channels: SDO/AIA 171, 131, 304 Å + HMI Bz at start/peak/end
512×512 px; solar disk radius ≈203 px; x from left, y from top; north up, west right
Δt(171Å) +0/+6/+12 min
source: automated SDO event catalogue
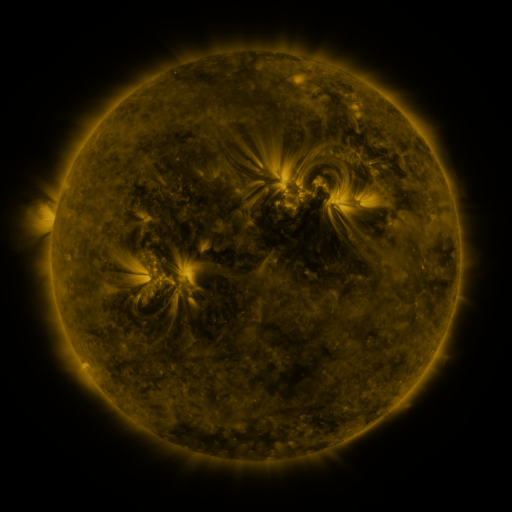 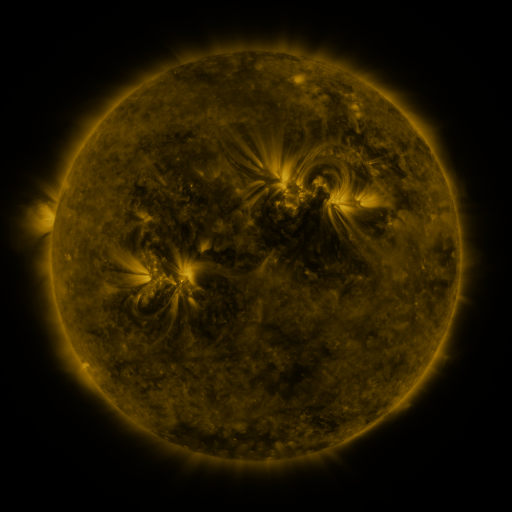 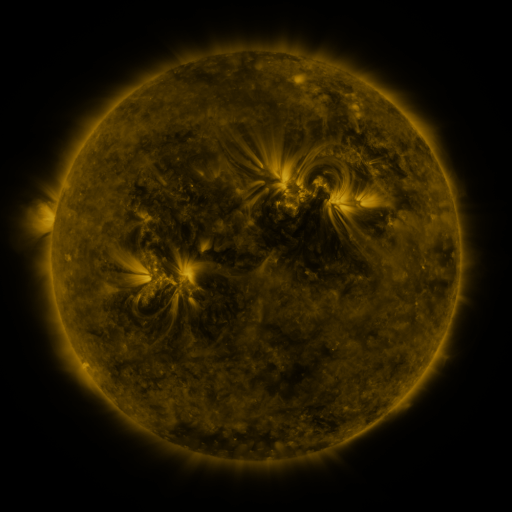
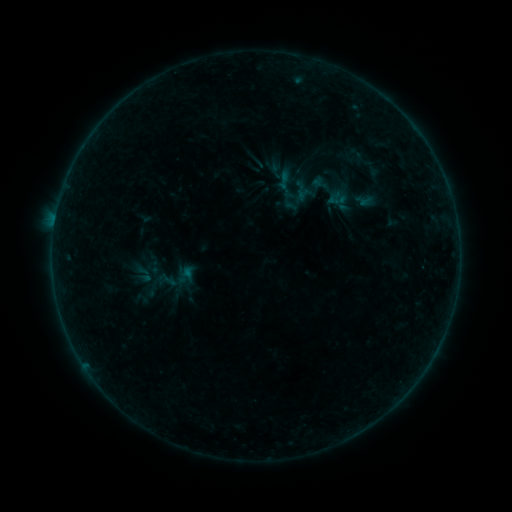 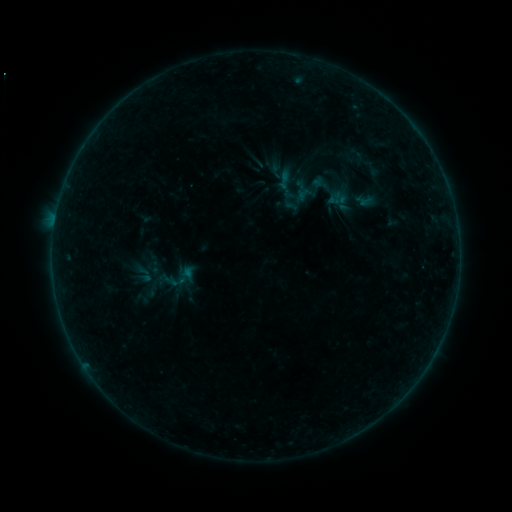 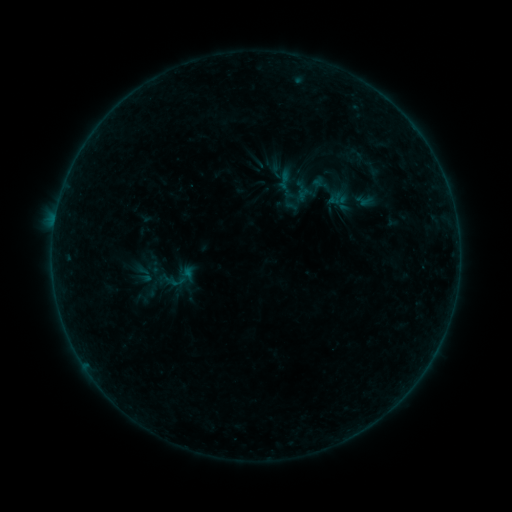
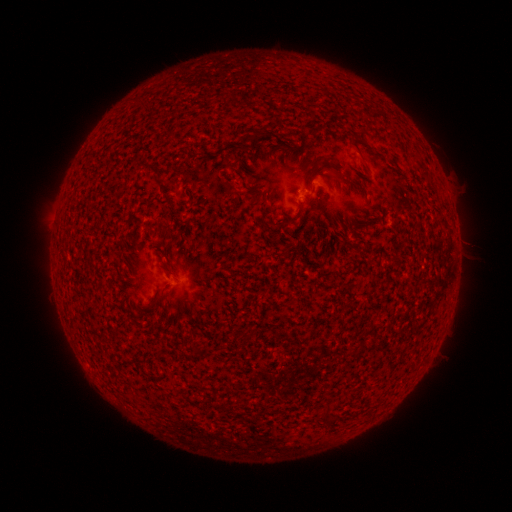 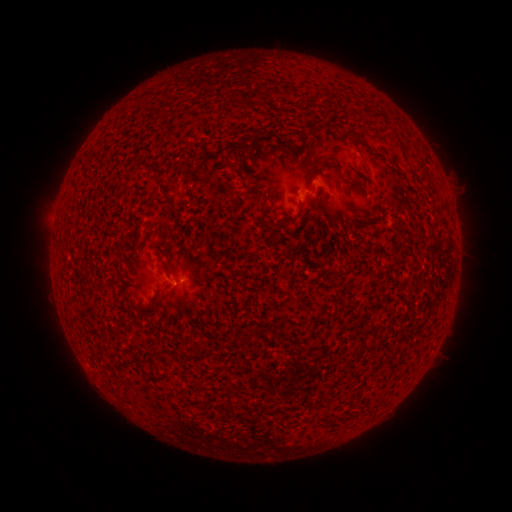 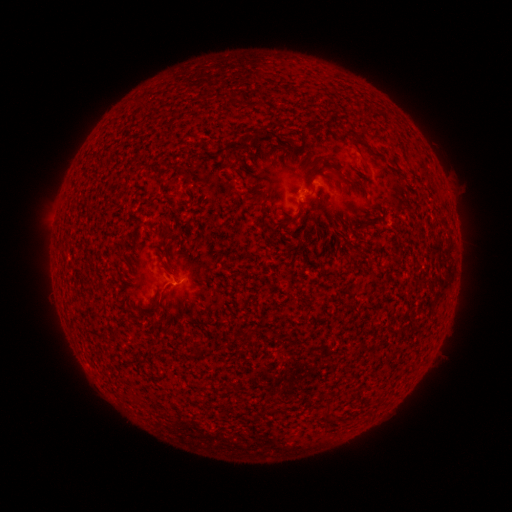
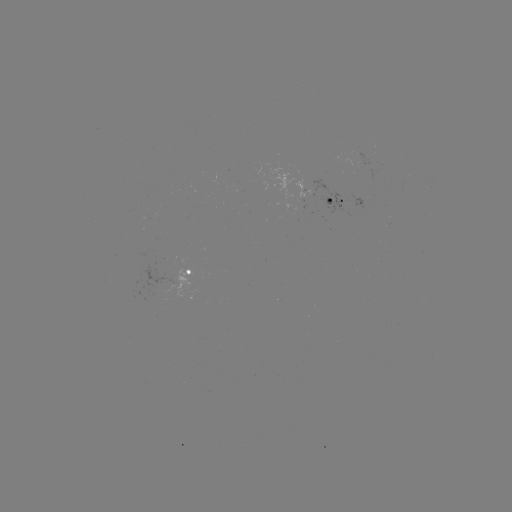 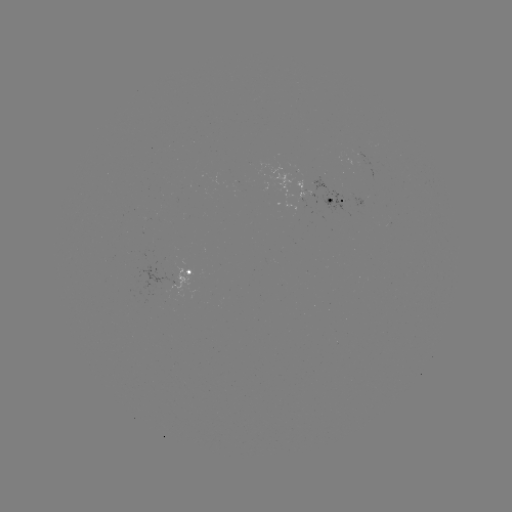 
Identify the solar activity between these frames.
B1.4 flare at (178, 283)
